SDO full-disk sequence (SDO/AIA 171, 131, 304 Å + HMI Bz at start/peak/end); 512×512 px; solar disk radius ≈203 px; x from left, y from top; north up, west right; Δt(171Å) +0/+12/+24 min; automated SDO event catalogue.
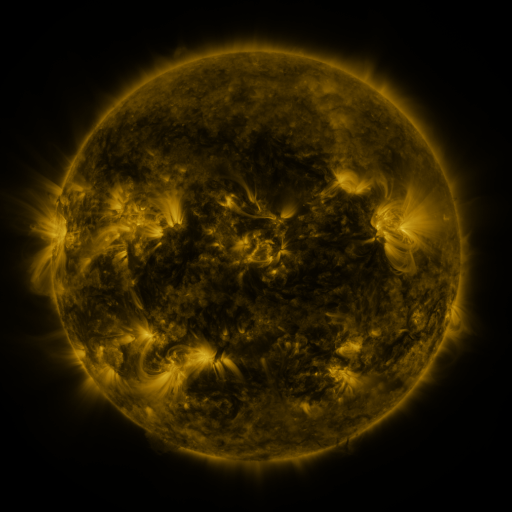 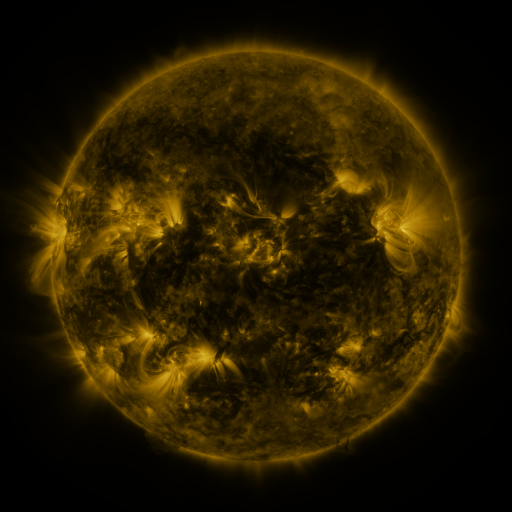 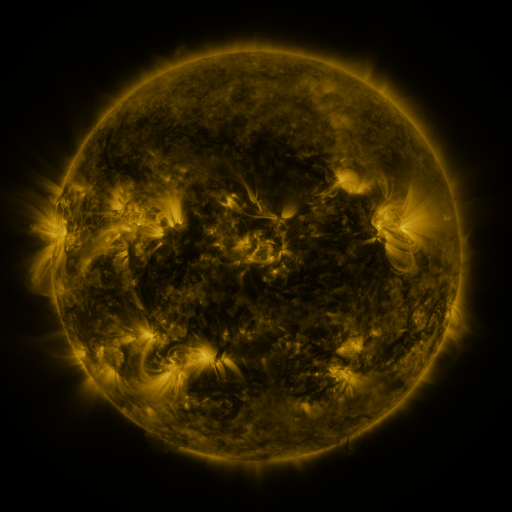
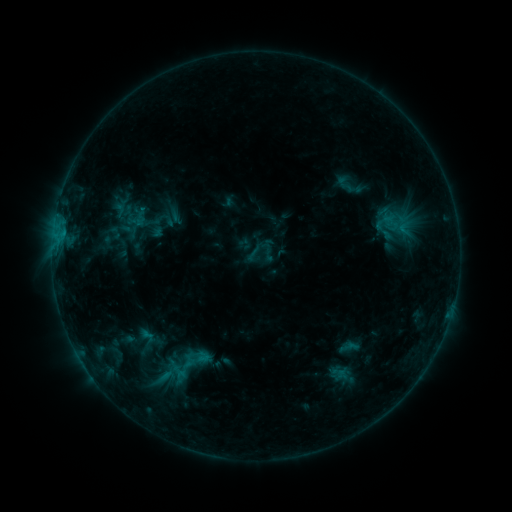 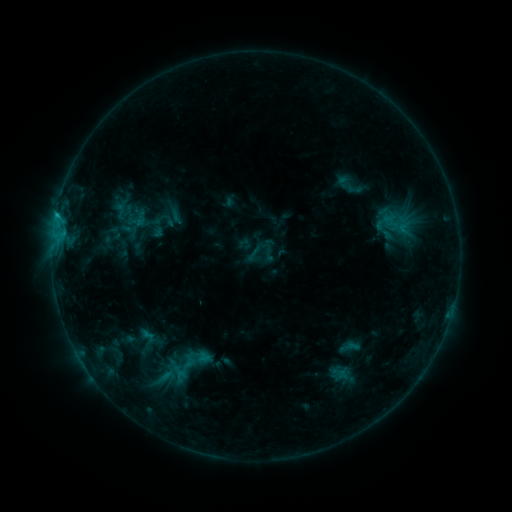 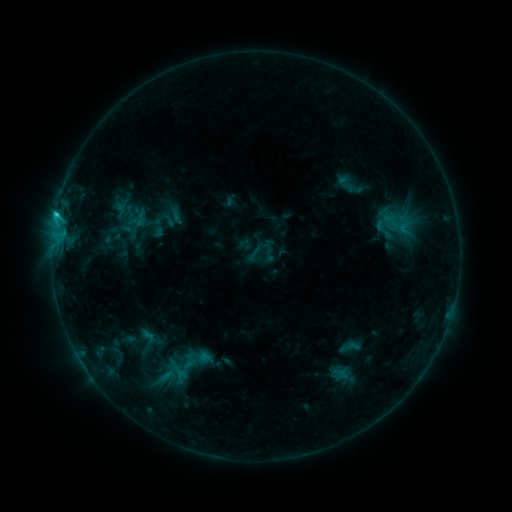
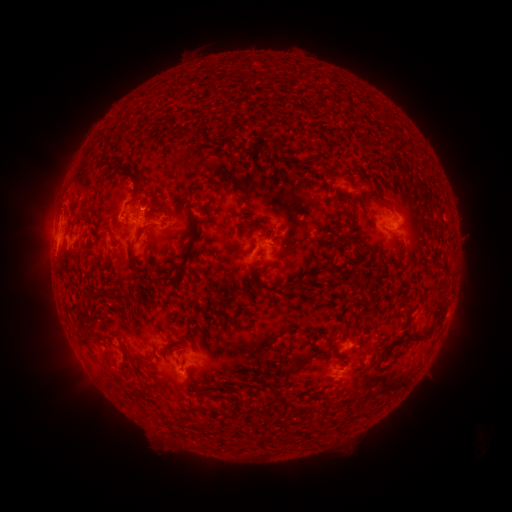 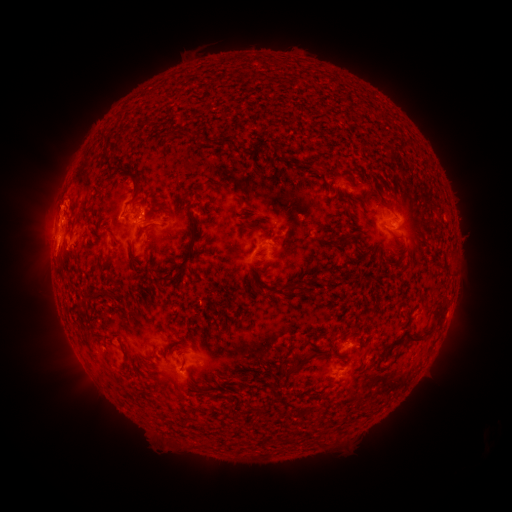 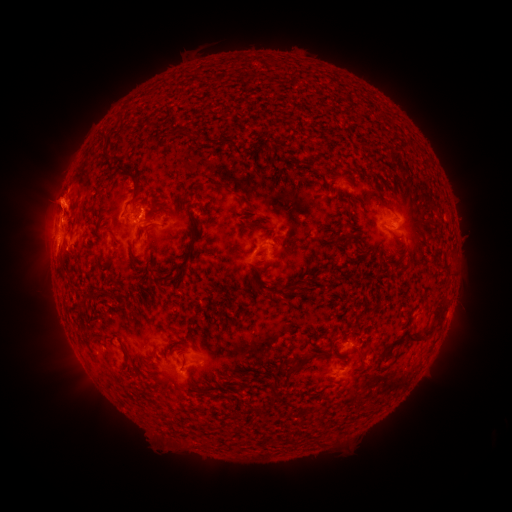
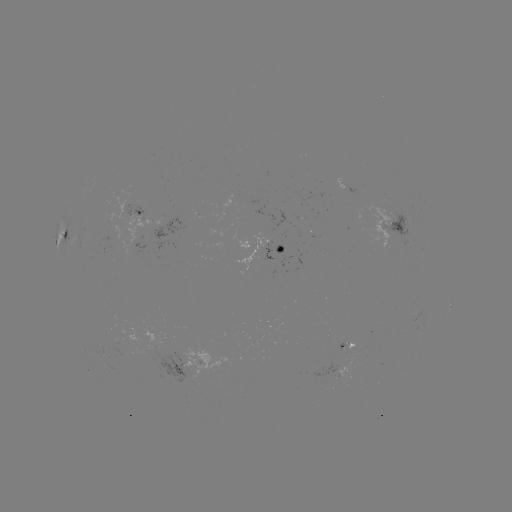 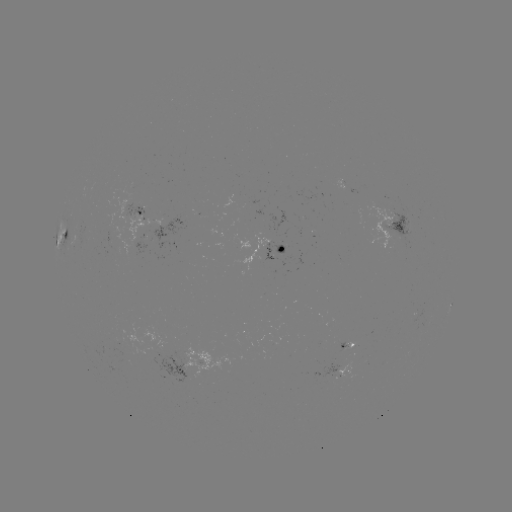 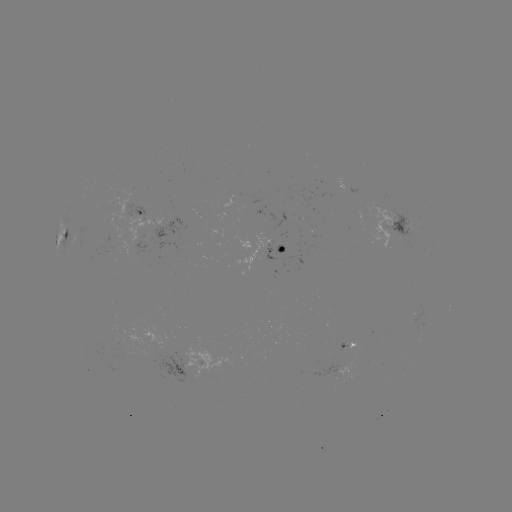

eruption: [20, 169, 84, 230]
